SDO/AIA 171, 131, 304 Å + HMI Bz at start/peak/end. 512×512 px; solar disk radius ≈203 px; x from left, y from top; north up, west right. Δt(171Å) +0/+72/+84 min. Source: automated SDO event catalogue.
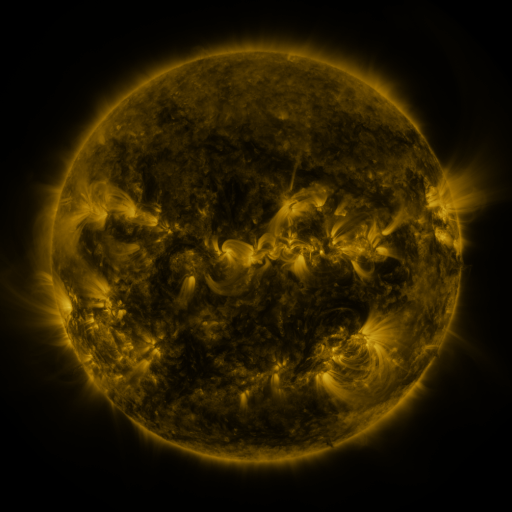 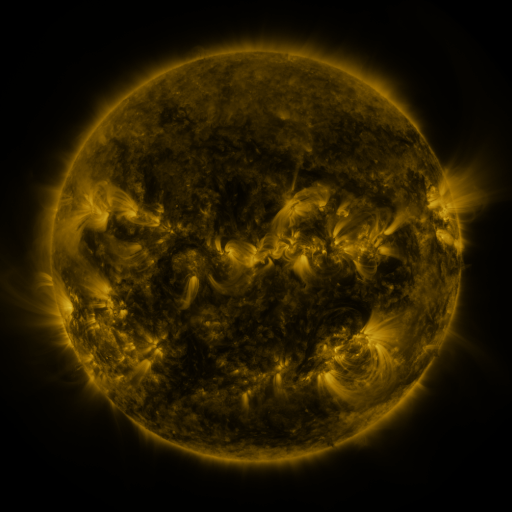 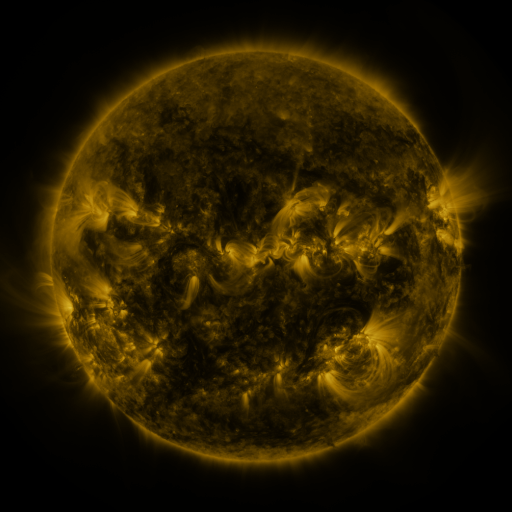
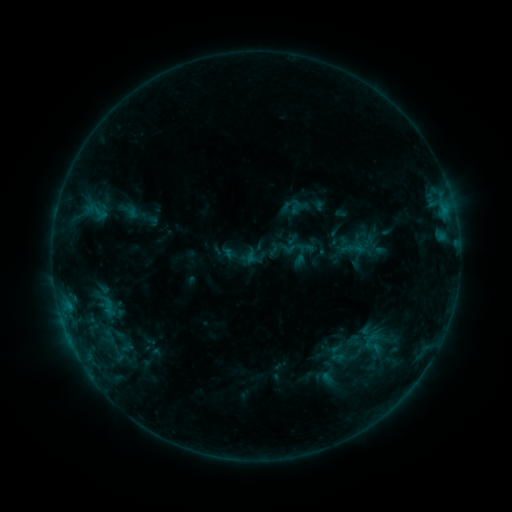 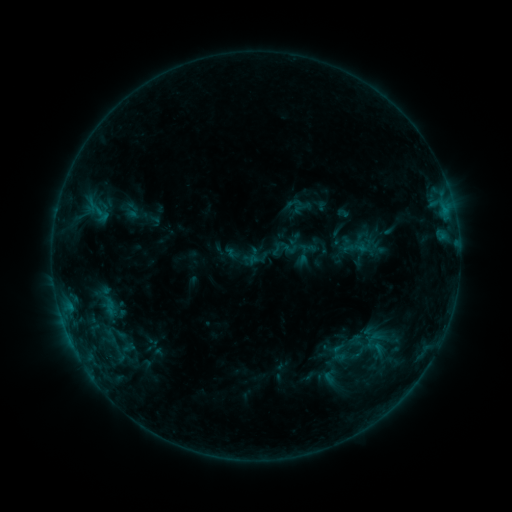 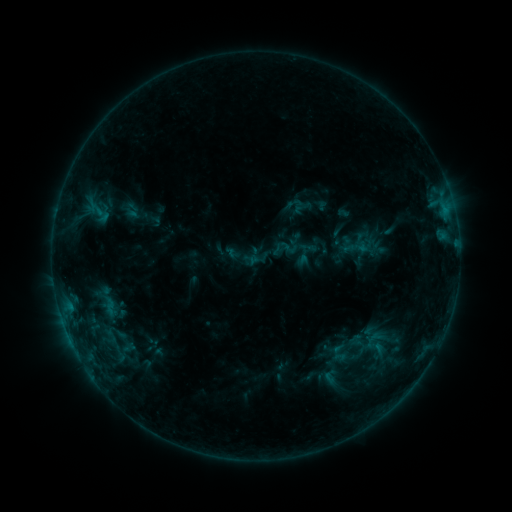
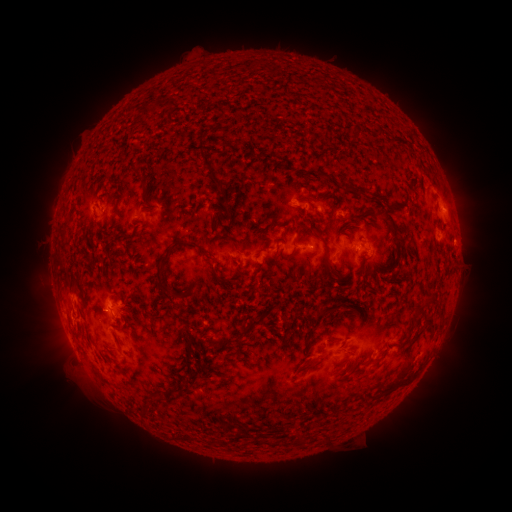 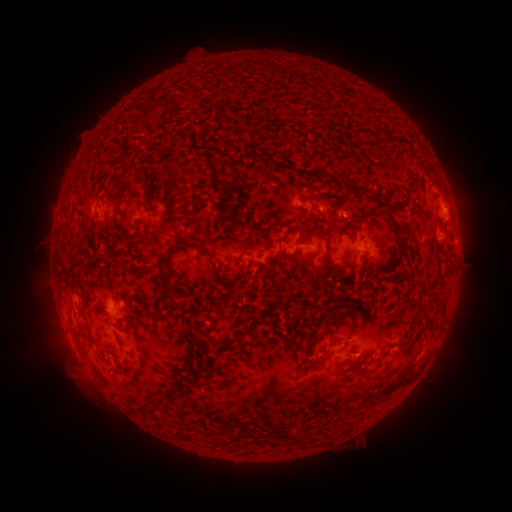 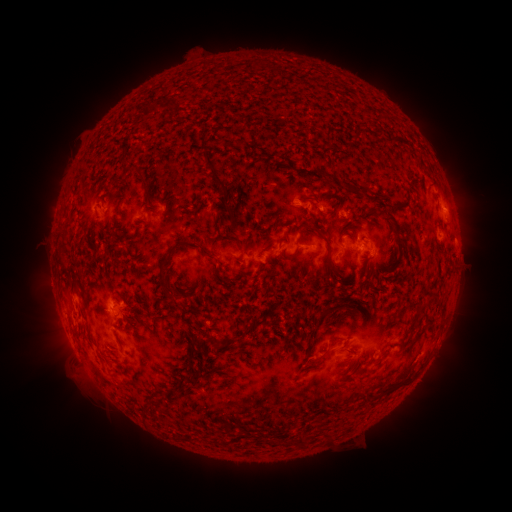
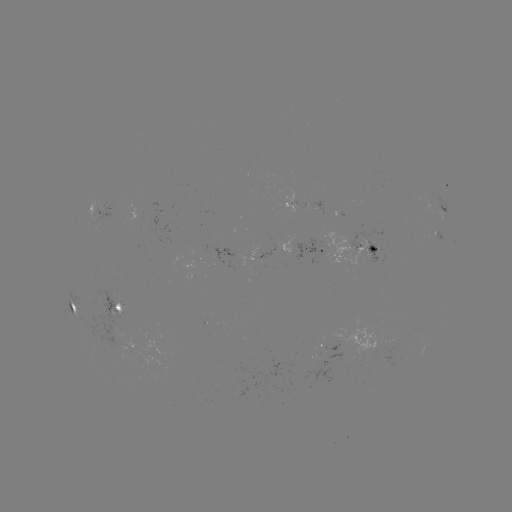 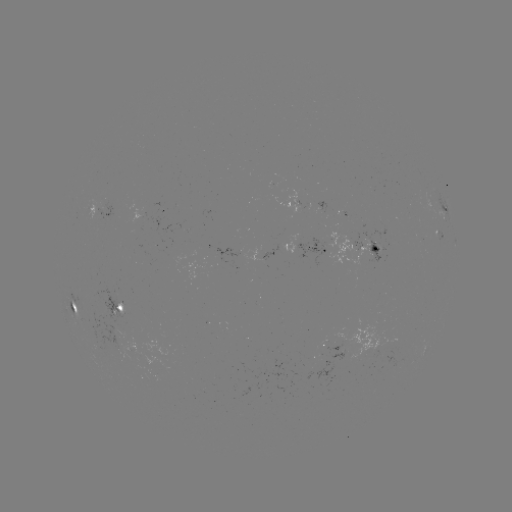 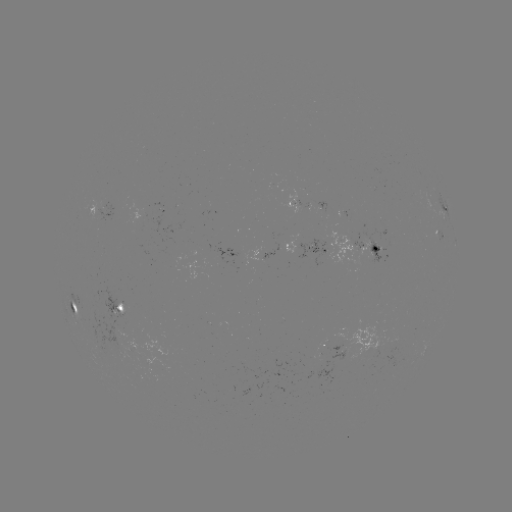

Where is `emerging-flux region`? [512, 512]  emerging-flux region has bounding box [71, 278, 155, 370].